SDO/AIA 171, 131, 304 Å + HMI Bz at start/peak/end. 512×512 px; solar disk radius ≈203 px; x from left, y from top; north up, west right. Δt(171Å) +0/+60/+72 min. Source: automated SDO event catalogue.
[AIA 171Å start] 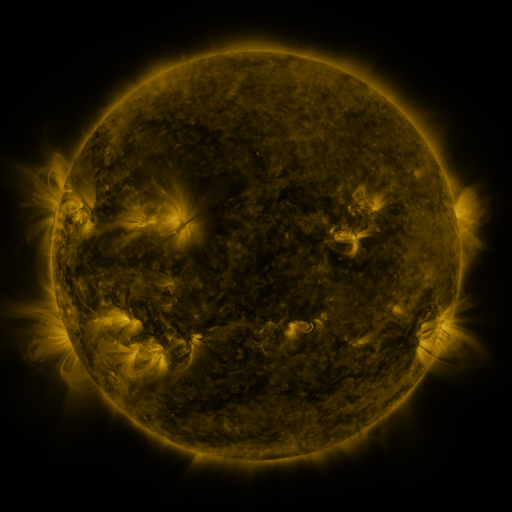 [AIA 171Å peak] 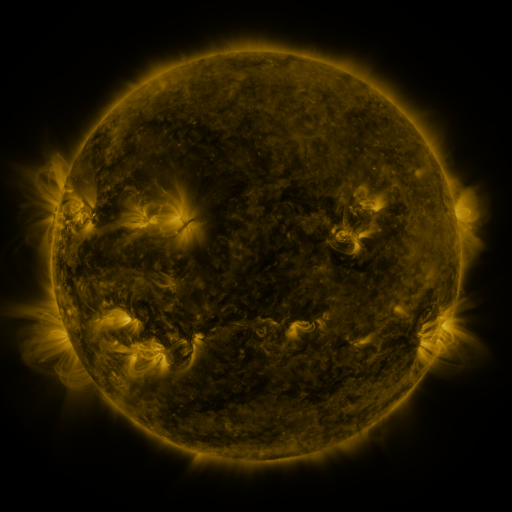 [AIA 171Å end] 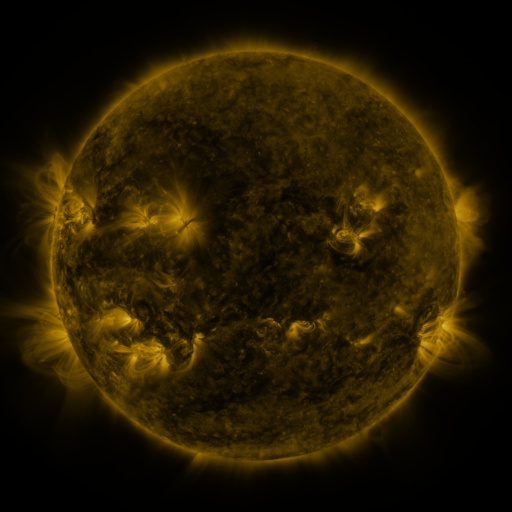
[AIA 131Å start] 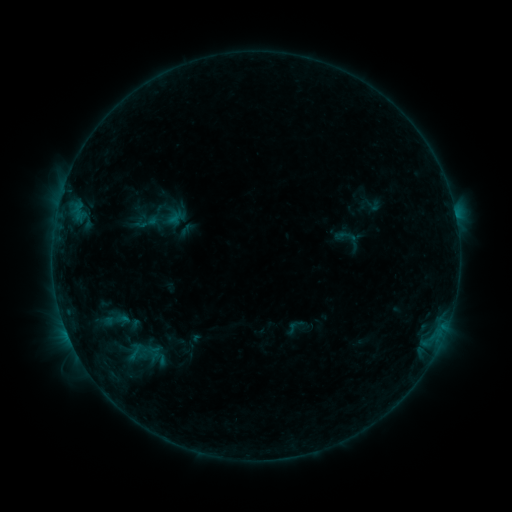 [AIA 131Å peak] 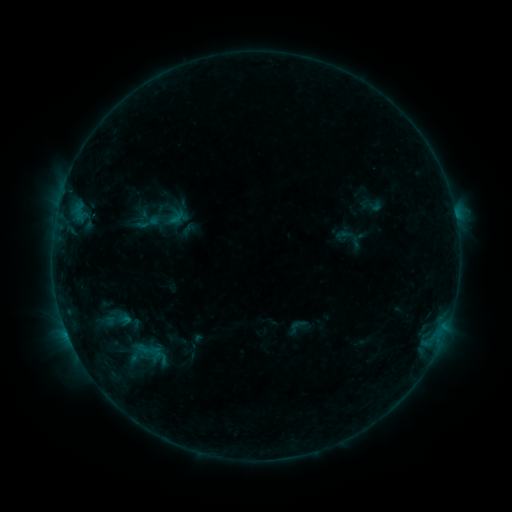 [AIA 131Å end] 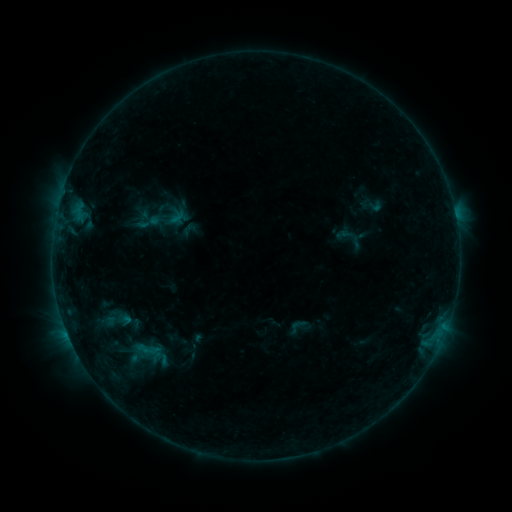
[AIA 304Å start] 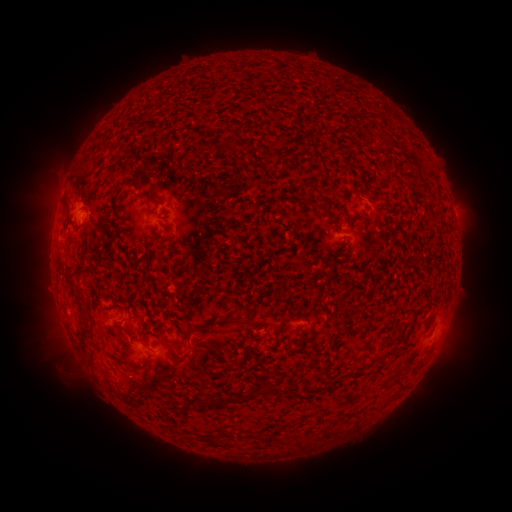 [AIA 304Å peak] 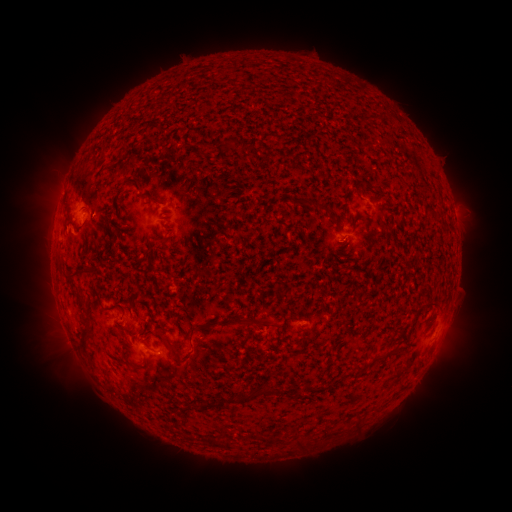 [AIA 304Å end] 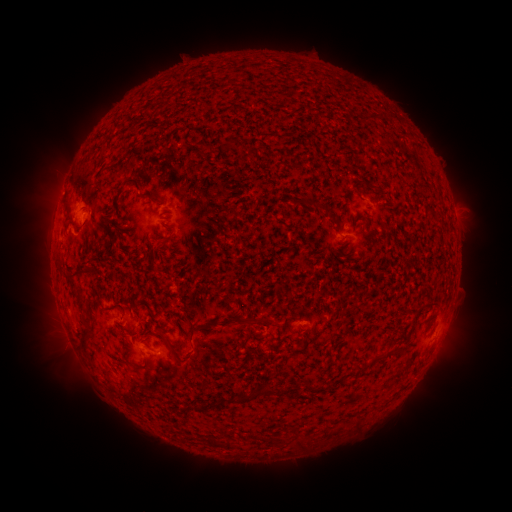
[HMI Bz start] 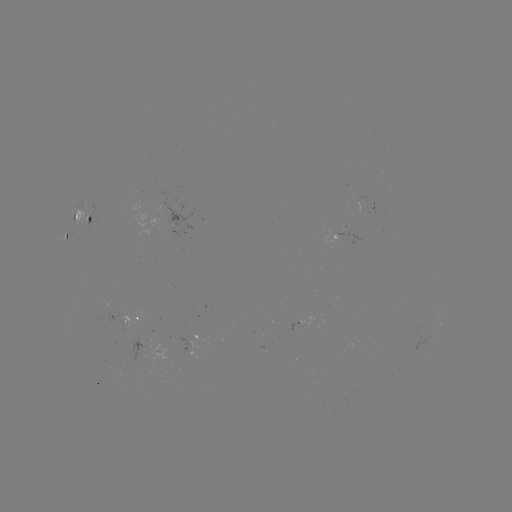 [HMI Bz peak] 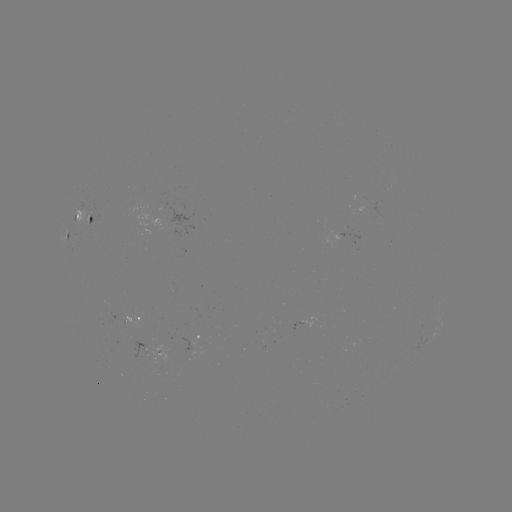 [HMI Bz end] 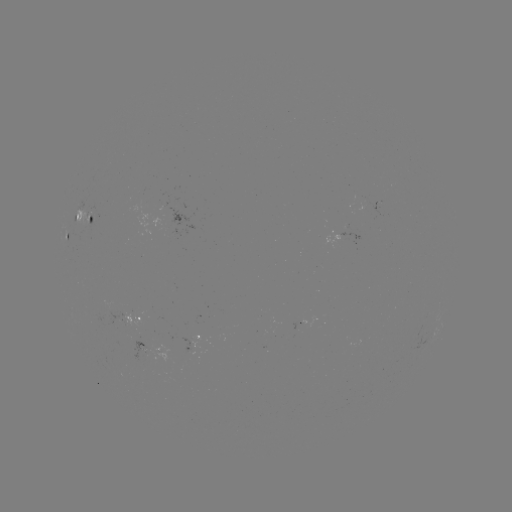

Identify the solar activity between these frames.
emerging-flux region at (142, 348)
